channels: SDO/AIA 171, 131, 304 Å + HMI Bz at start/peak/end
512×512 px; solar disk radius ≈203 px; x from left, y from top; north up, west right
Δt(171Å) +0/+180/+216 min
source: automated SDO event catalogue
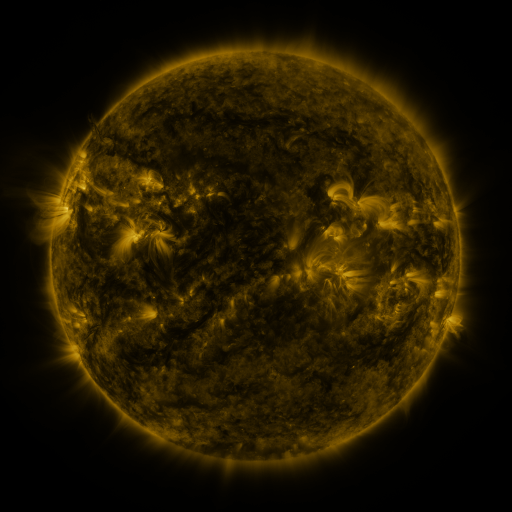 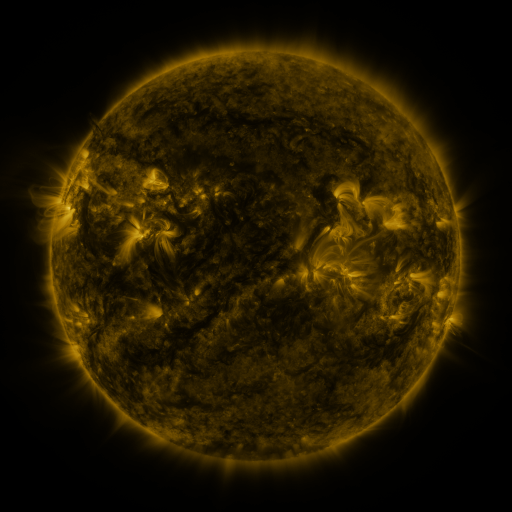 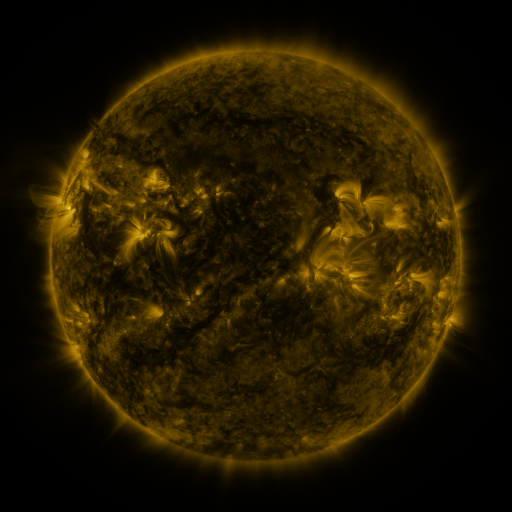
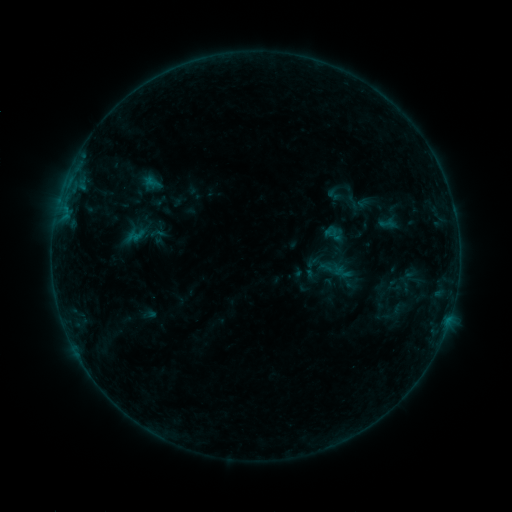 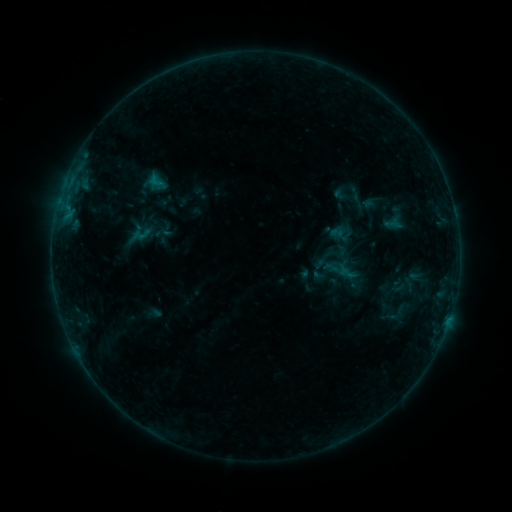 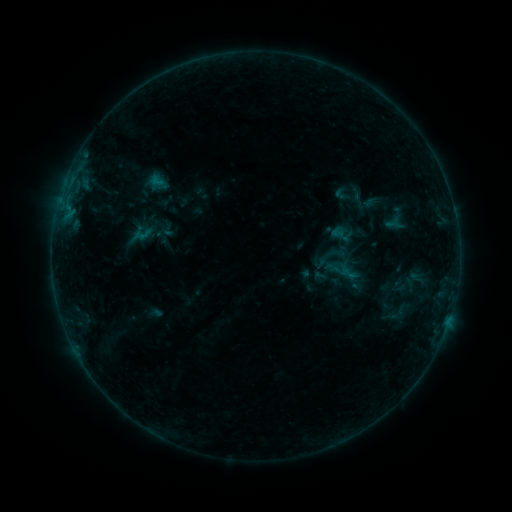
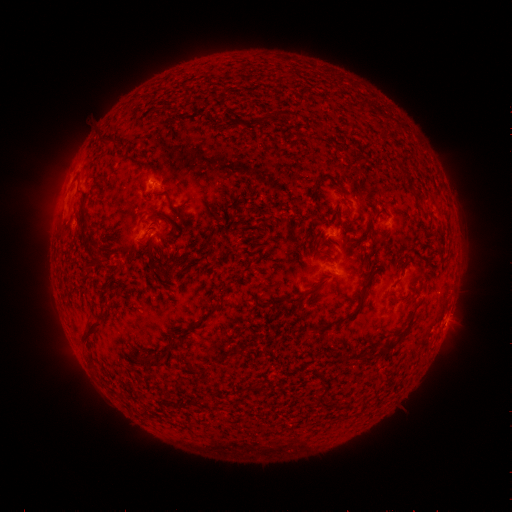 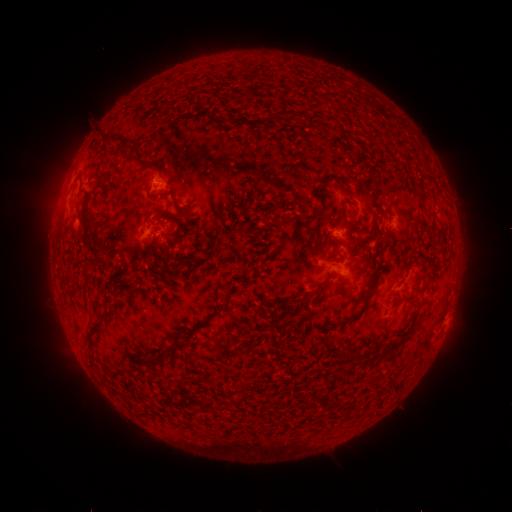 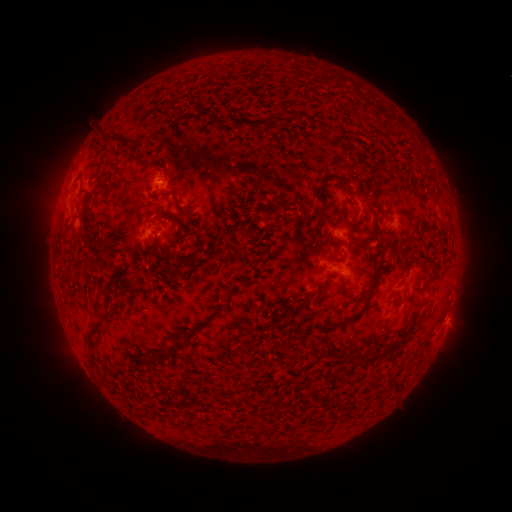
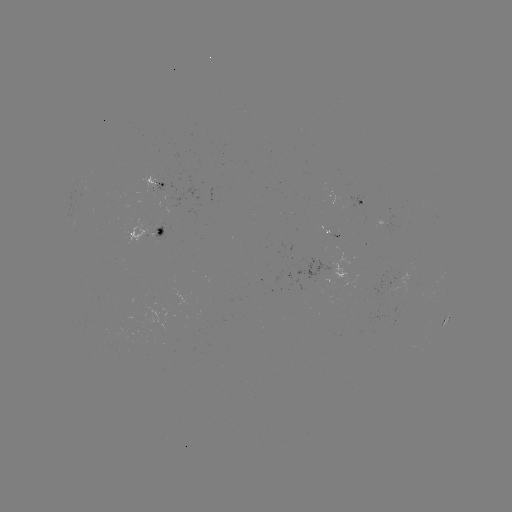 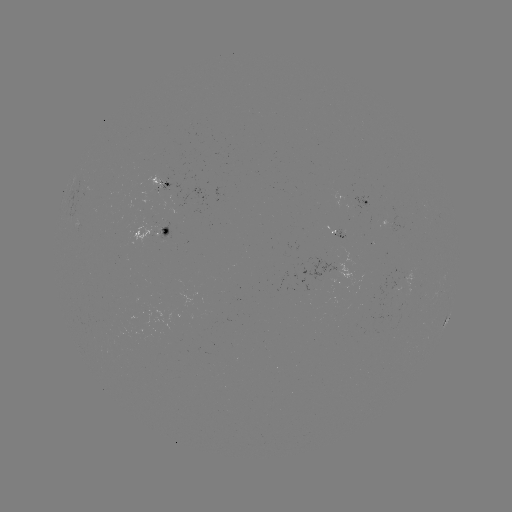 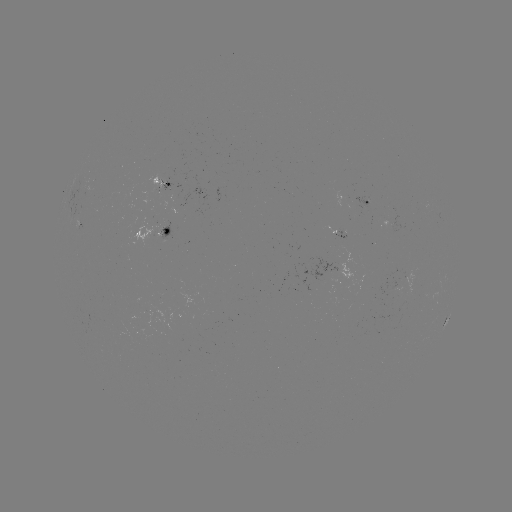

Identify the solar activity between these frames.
emerging-flux region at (142, 331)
